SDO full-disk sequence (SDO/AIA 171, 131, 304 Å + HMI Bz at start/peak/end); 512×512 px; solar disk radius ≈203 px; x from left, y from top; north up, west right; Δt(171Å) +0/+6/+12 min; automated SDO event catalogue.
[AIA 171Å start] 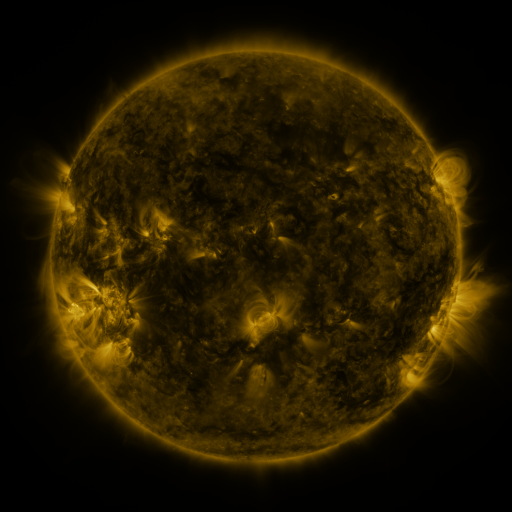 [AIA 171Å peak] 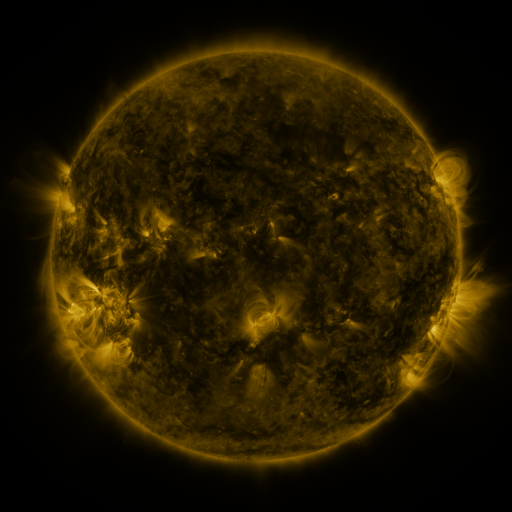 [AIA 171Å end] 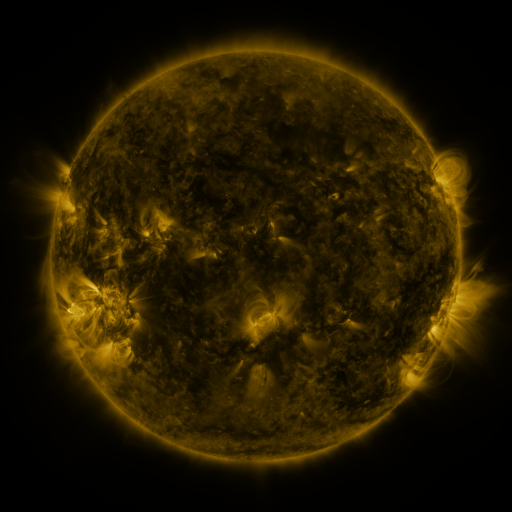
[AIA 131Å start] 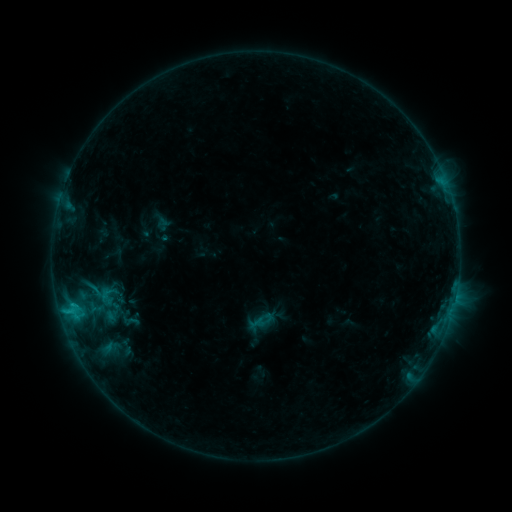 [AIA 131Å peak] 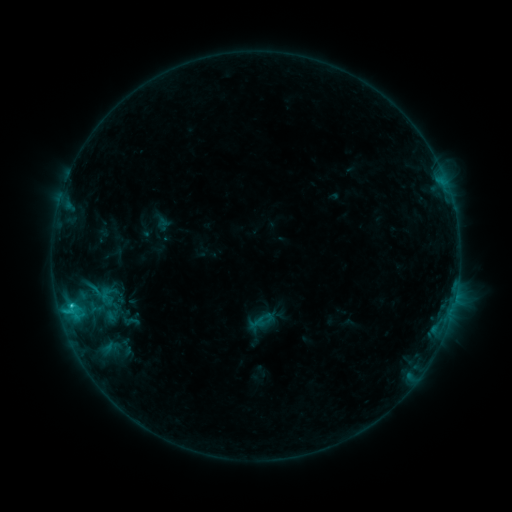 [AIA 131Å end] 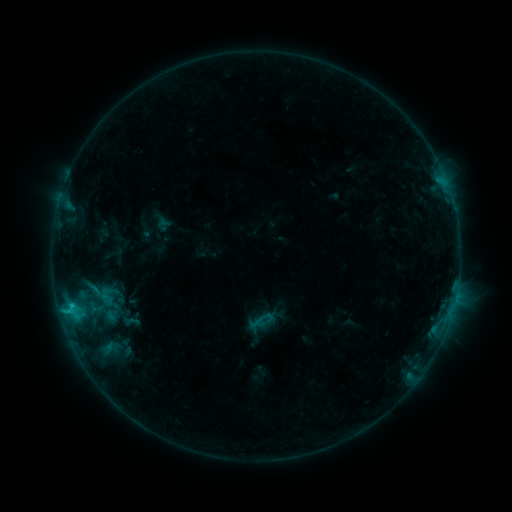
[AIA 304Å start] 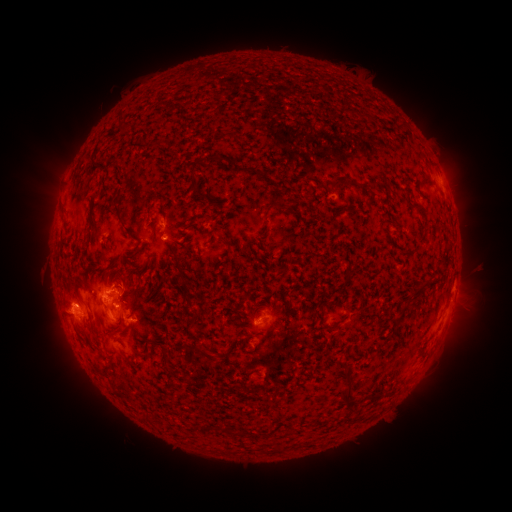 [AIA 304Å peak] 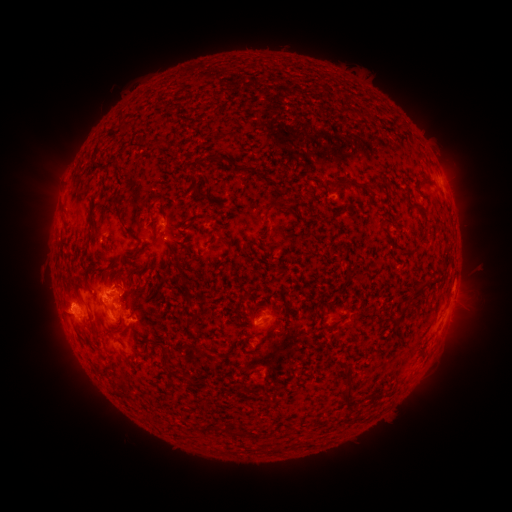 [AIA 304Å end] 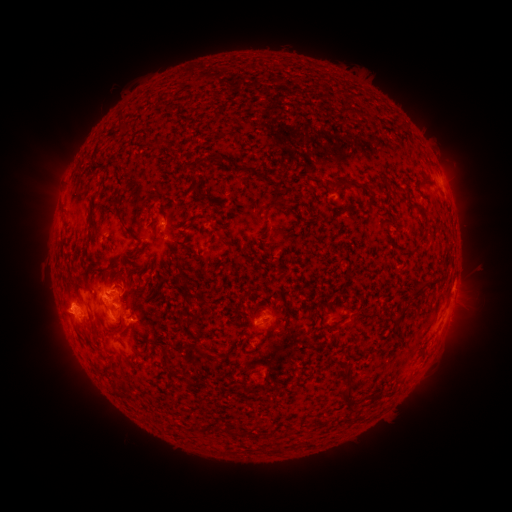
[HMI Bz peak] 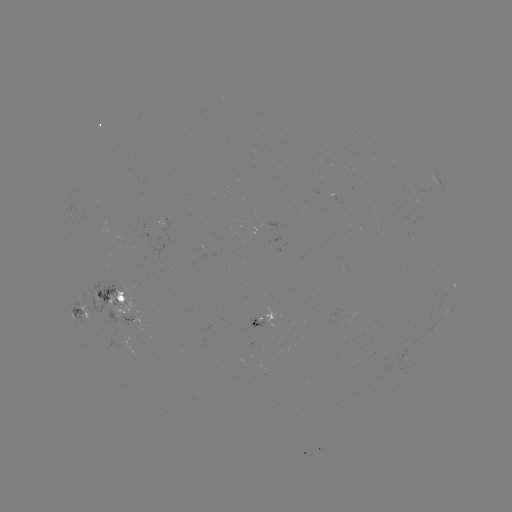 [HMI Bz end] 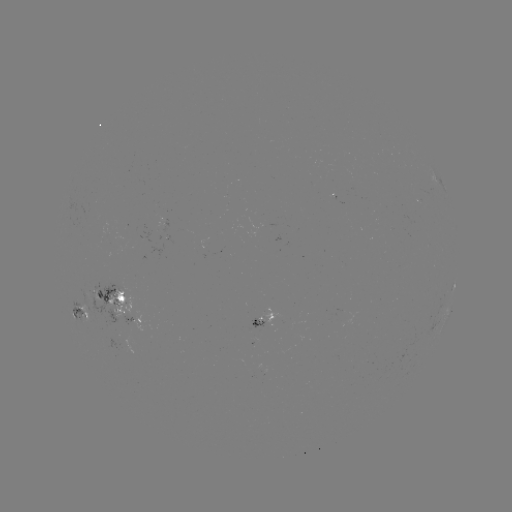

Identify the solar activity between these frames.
C1.5 flare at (72, 305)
